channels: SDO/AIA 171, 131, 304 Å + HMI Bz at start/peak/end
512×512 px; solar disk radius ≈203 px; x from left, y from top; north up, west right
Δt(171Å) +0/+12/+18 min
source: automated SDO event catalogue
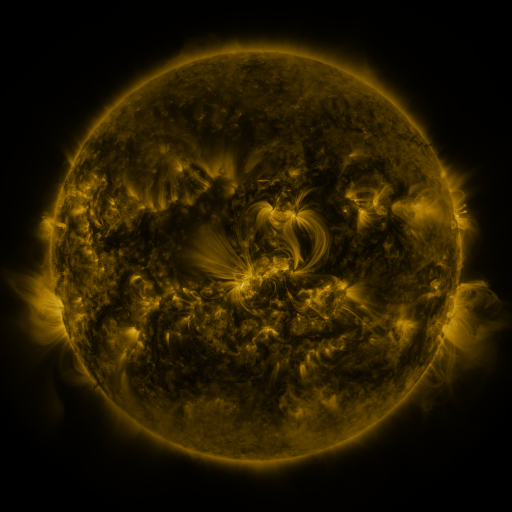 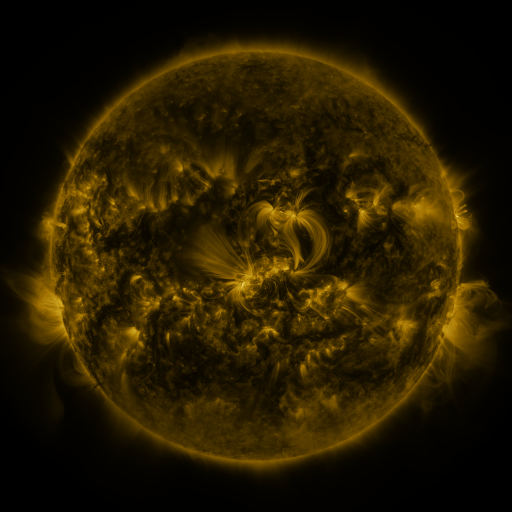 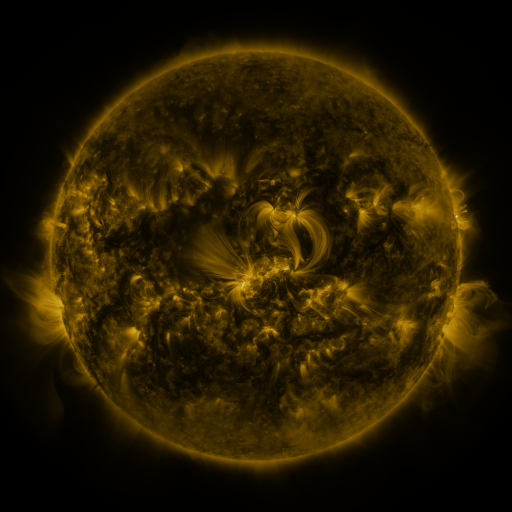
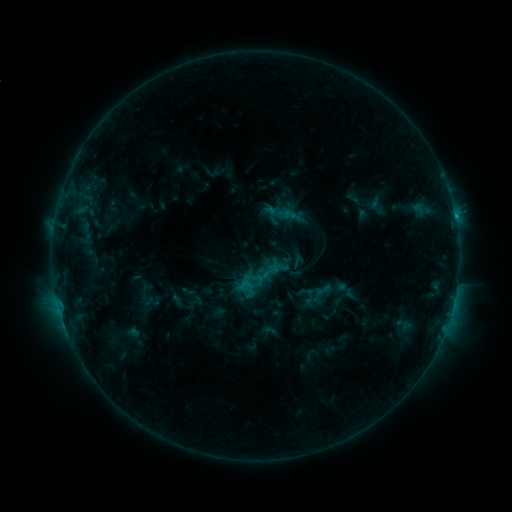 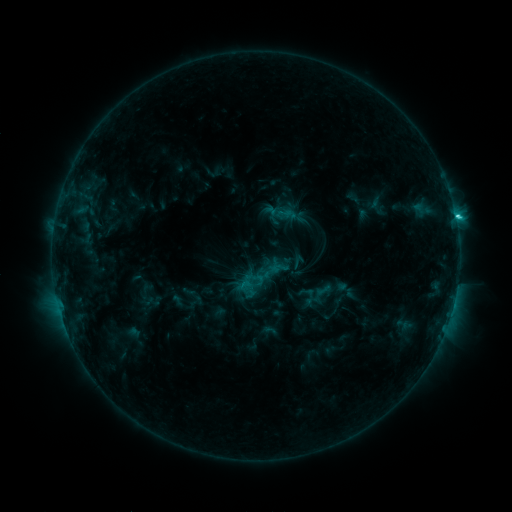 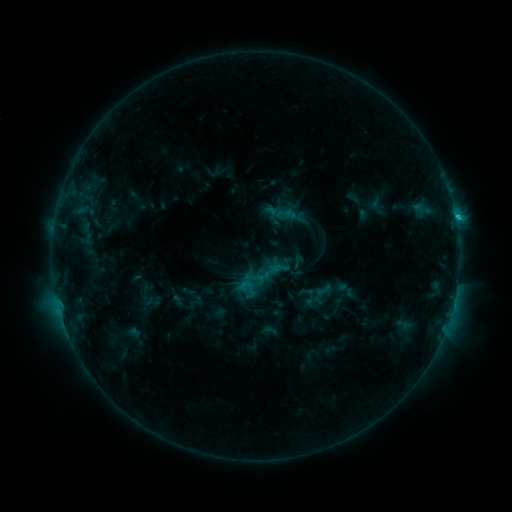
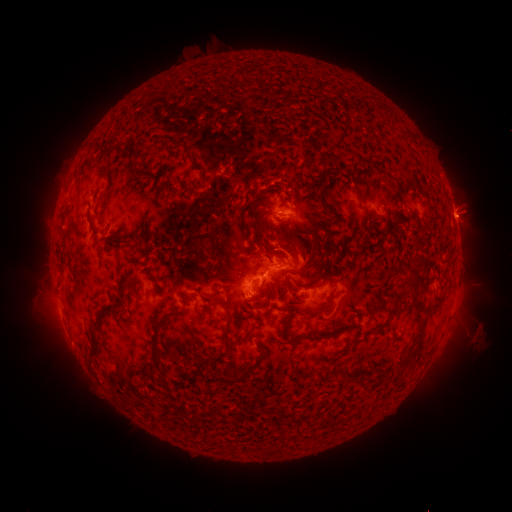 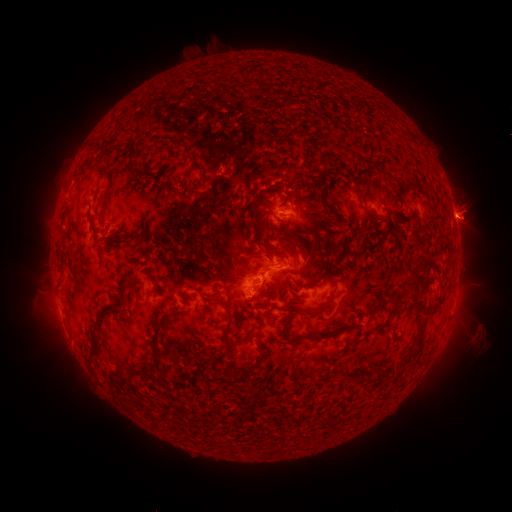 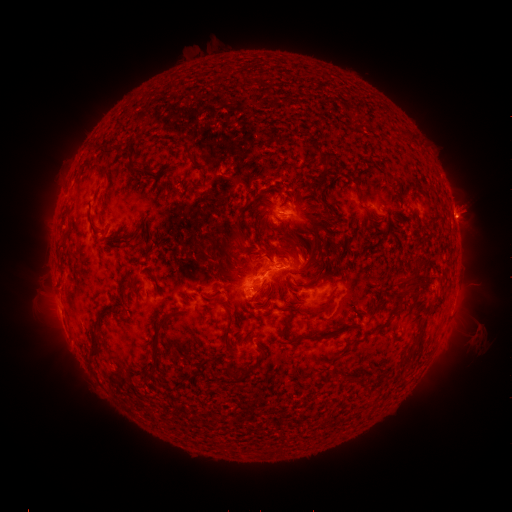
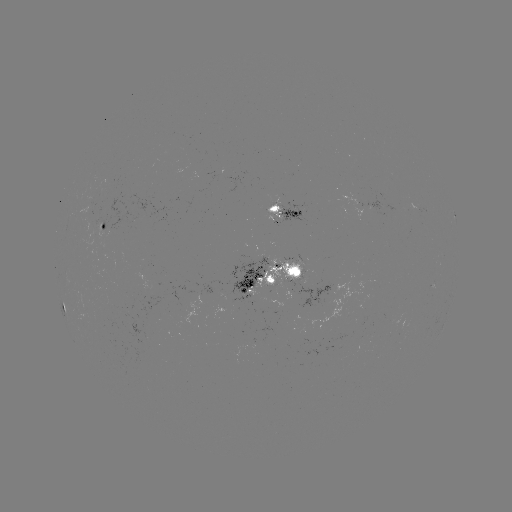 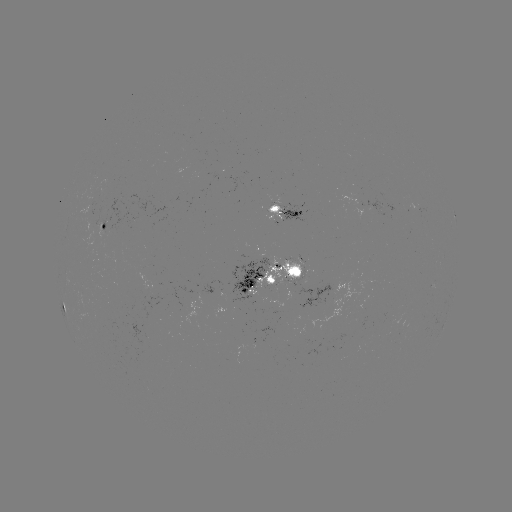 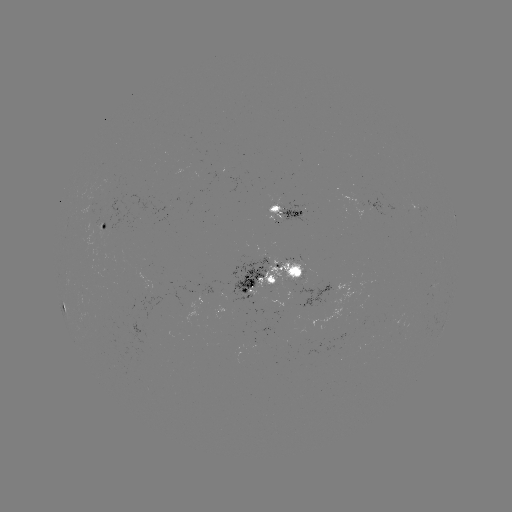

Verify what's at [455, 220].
C2.4 flare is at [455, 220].